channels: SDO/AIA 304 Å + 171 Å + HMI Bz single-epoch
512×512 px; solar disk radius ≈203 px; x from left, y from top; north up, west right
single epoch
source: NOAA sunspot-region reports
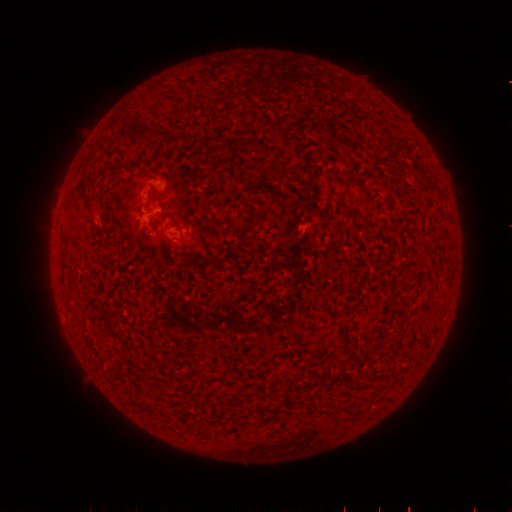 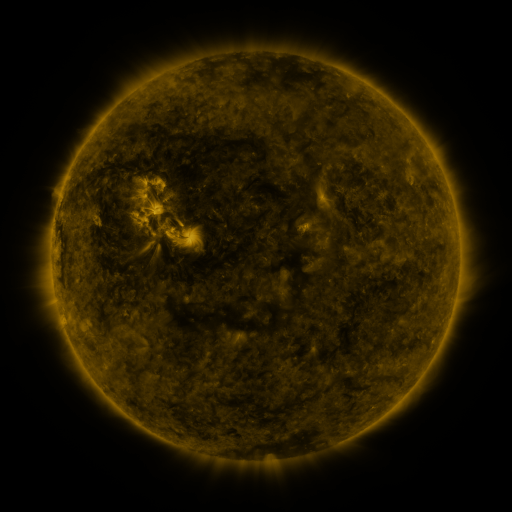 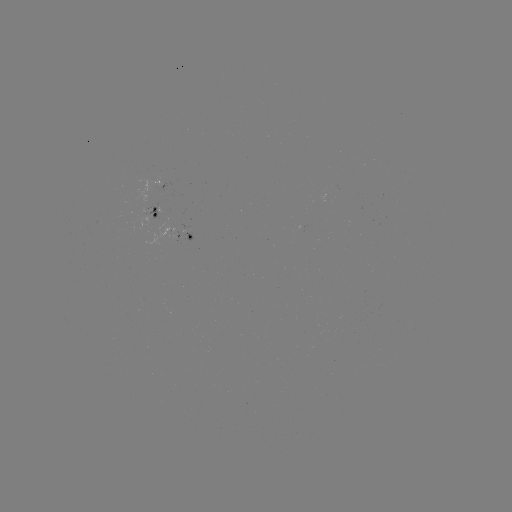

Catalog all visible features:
spotted active region: (158, 213)
spotted active region: (192, 236)
